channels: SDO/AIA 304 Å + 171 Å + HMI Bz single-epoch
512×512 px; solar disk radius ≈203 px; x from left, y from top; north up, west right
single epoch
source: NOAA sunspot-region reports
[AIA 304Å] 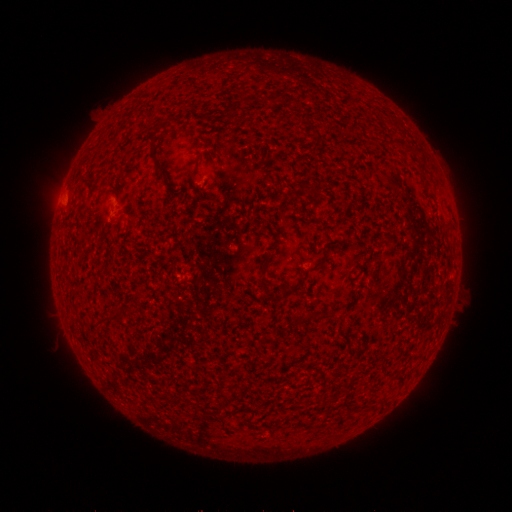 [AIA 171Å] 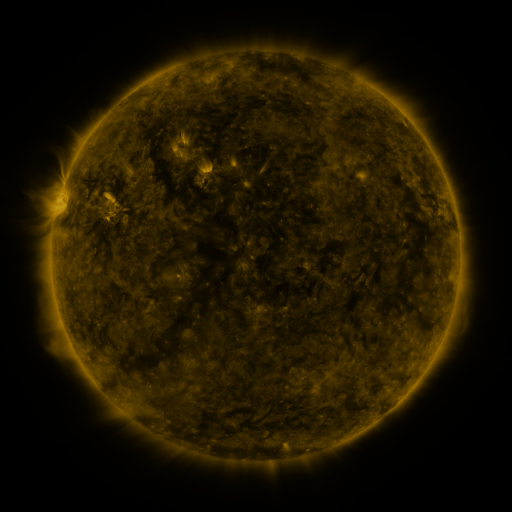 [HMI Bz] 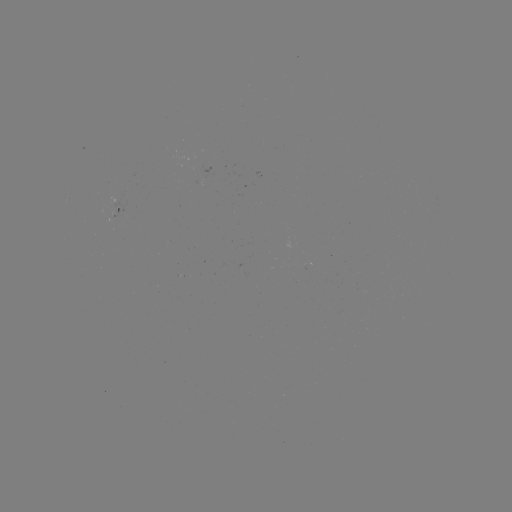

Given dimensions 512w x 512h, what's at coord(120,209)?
spotted active region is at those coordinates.